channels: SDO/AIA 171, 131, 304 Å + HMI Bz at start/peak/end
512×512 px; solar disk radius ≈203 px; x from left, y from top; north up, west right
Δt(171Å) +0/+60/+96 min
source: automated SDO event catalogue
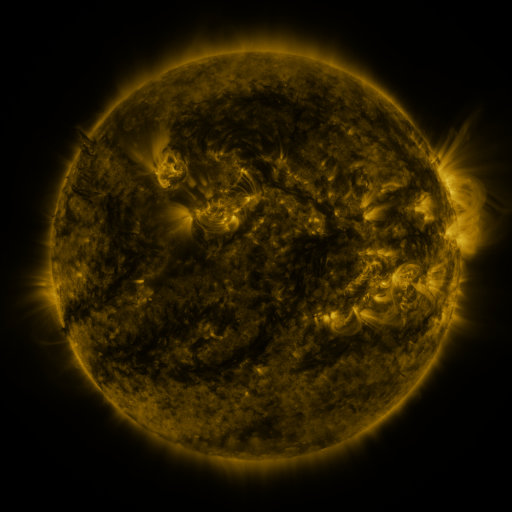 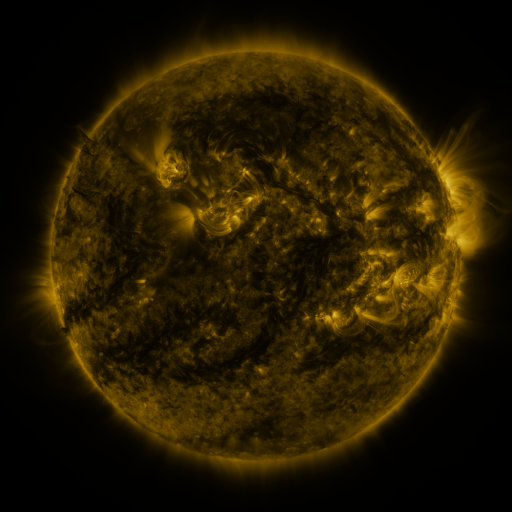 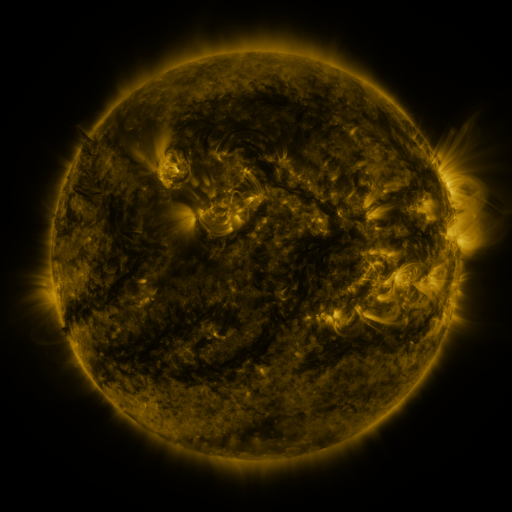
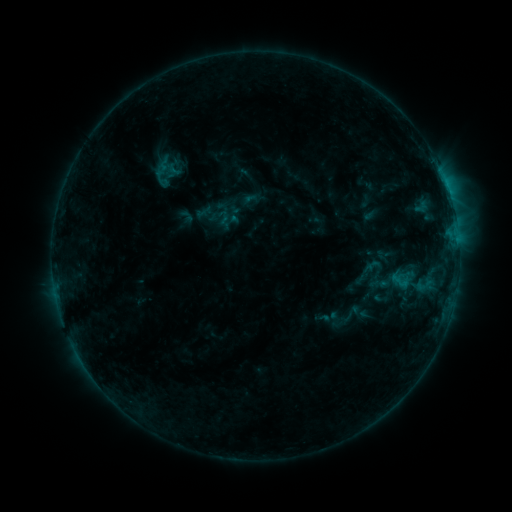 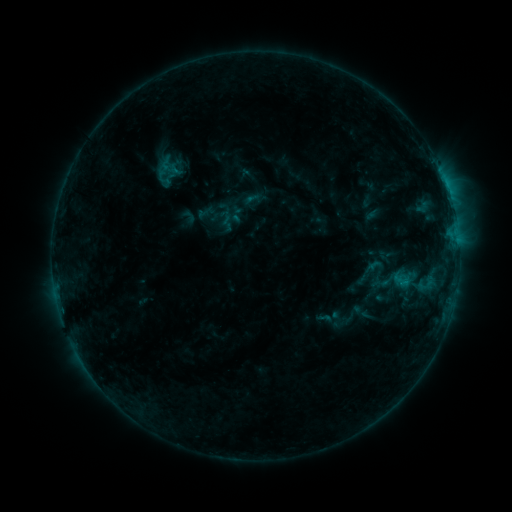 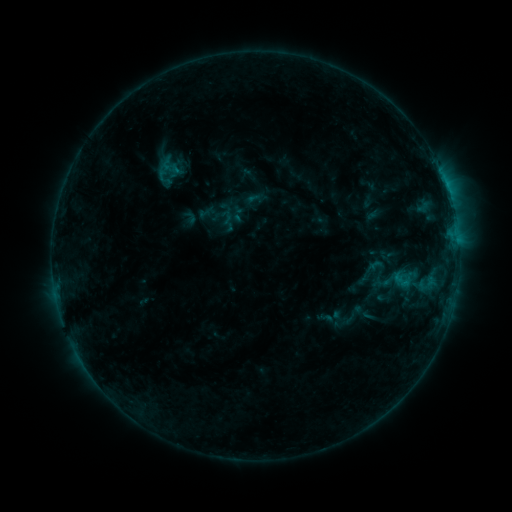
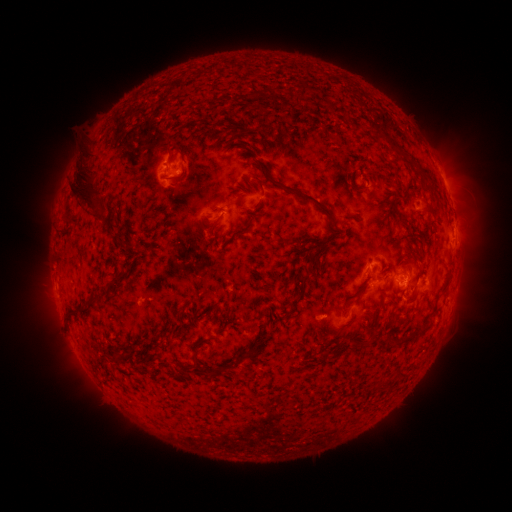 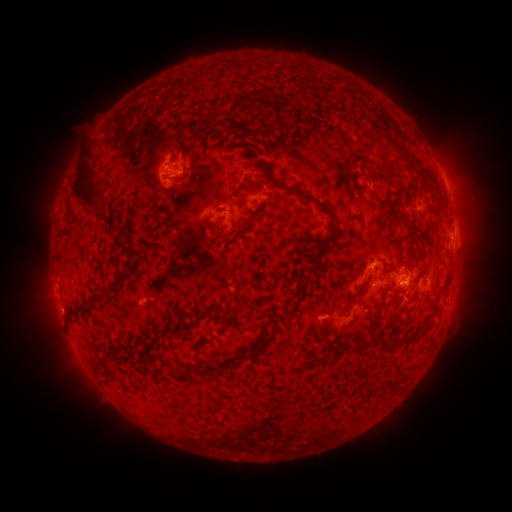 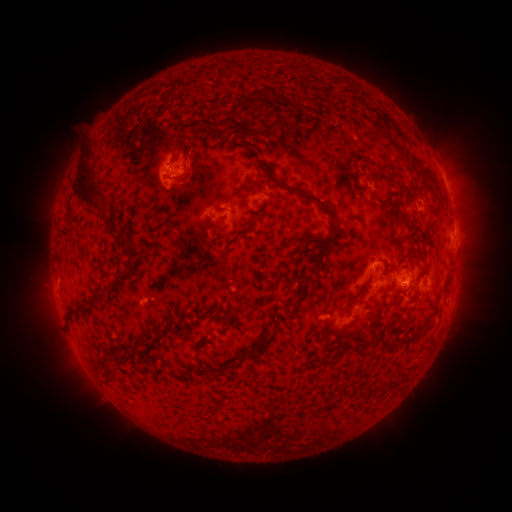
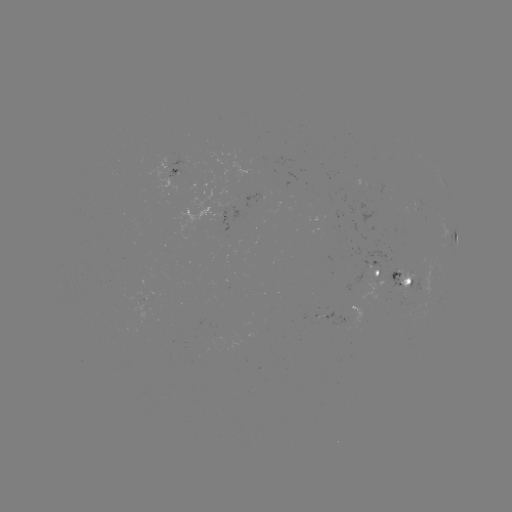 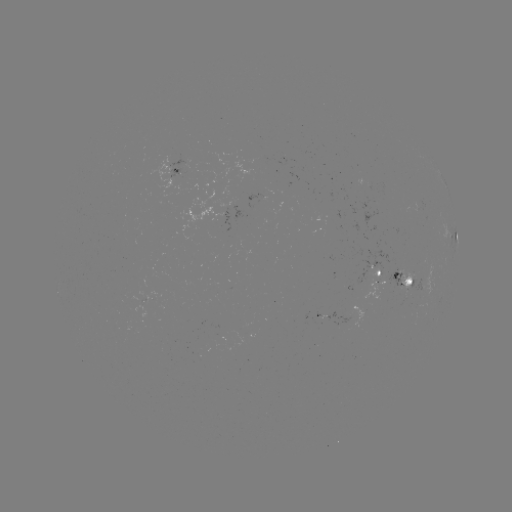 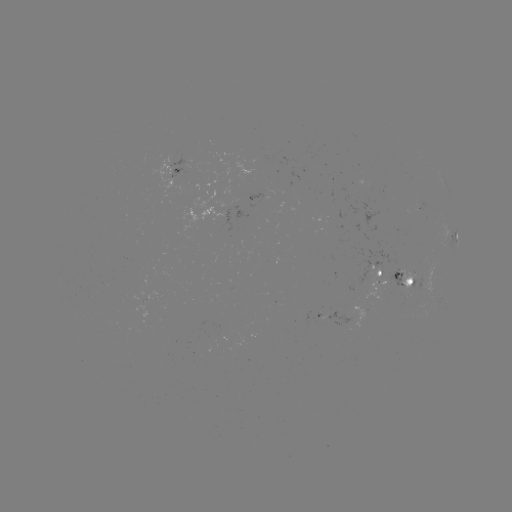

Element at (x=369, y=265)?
emerging-flux region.